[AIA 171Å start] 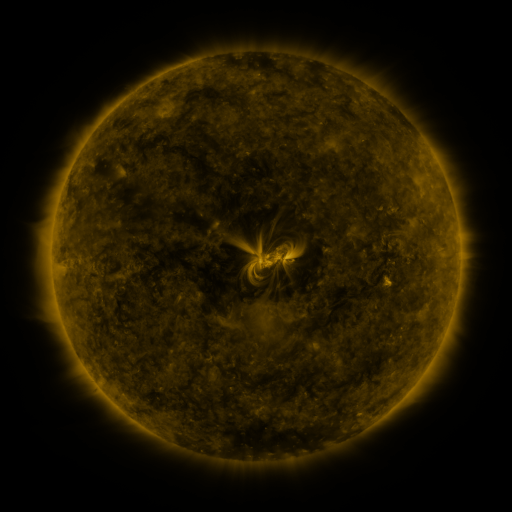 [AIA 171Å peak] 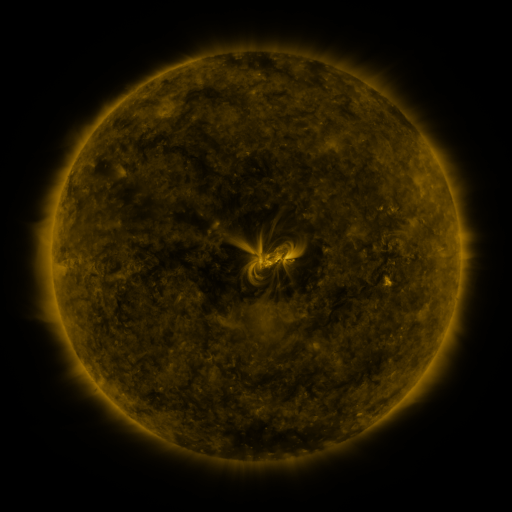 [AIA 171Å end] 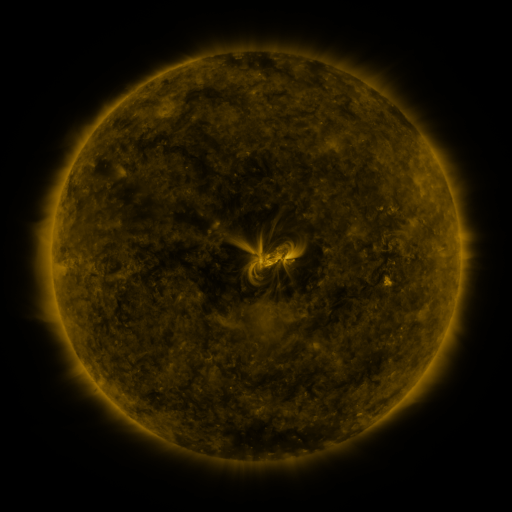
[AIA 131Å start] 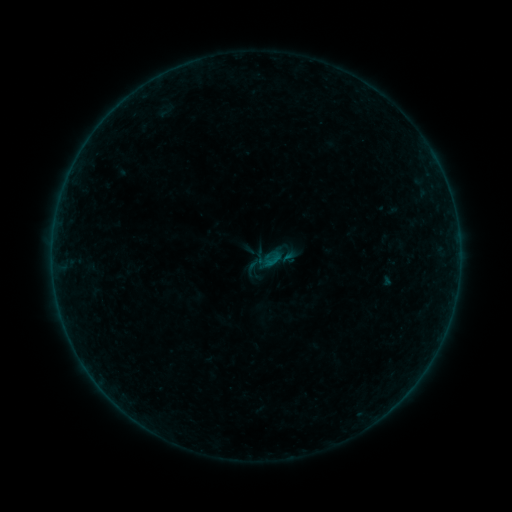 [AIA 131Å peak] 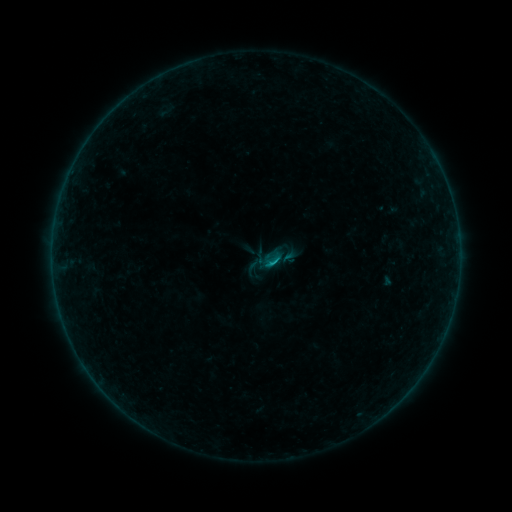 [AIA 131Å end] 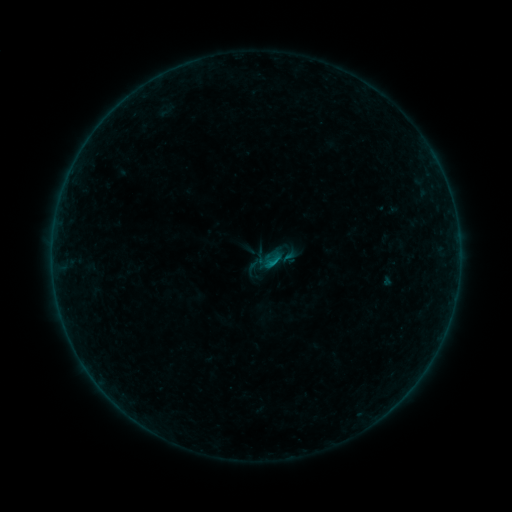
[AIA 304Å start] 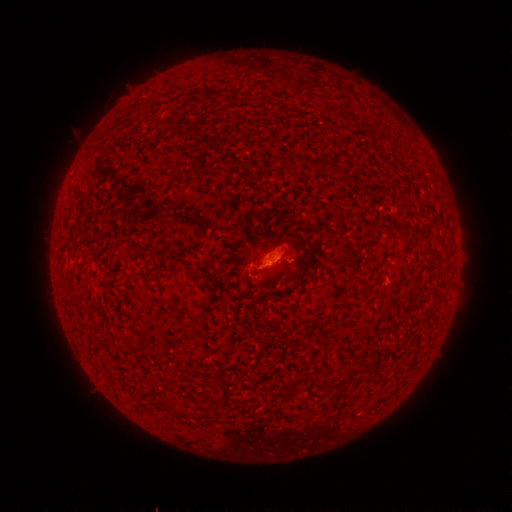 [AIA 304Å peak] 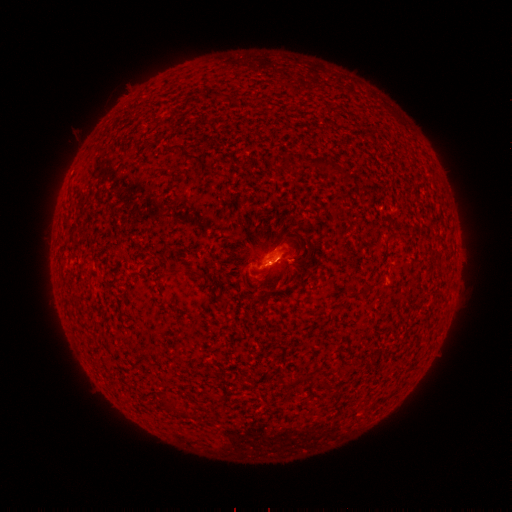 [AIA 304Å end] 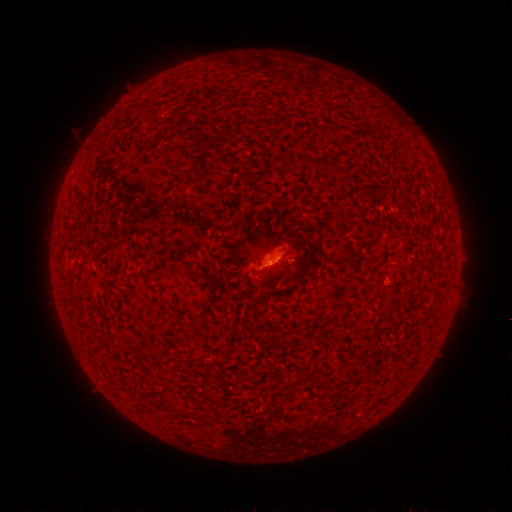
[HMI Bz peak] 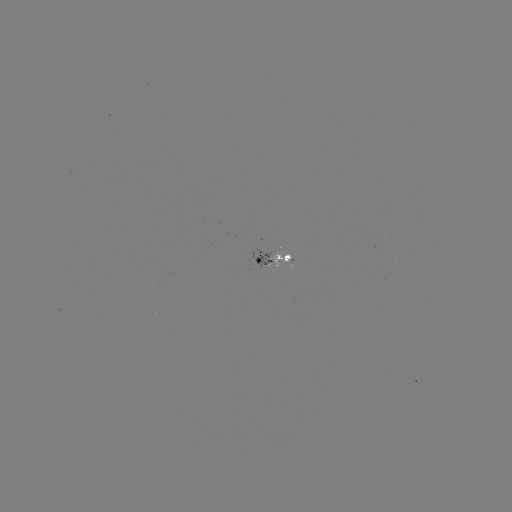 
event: flare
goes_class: B3.7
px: (273, 260)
